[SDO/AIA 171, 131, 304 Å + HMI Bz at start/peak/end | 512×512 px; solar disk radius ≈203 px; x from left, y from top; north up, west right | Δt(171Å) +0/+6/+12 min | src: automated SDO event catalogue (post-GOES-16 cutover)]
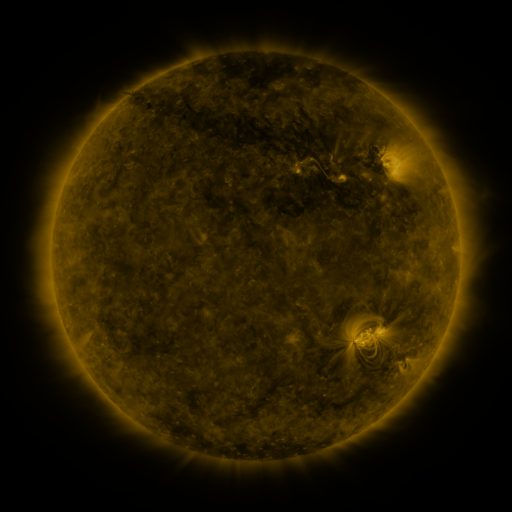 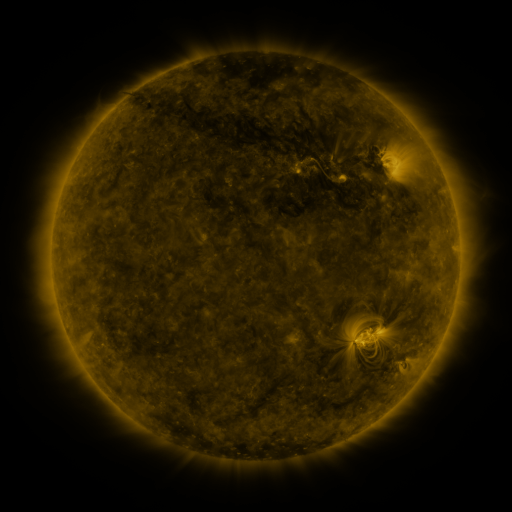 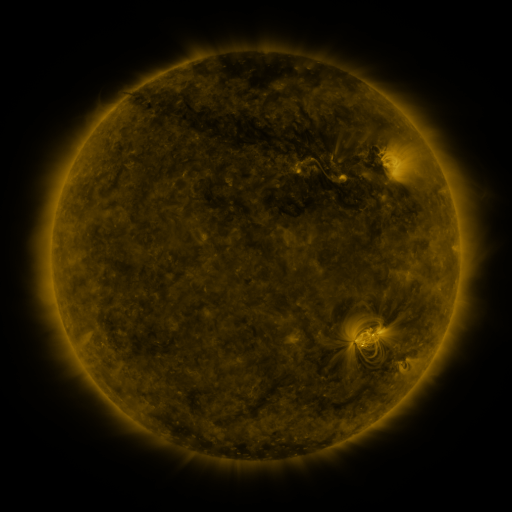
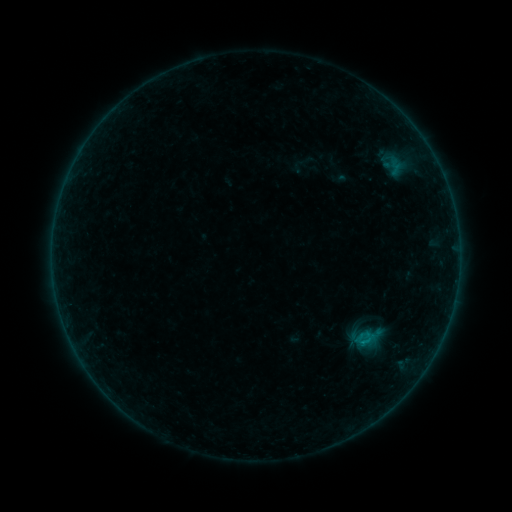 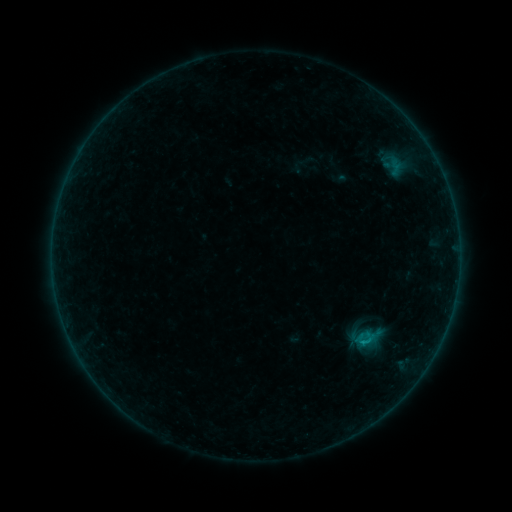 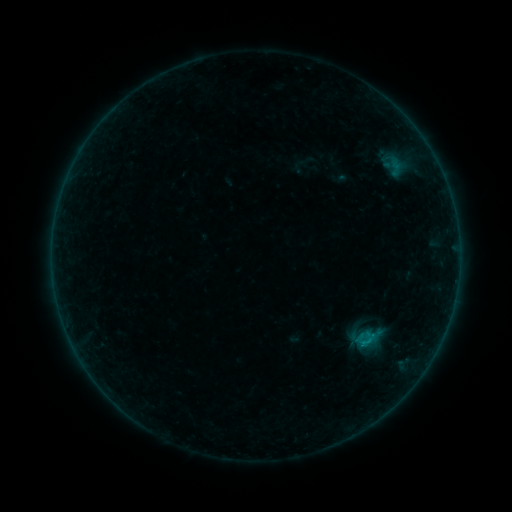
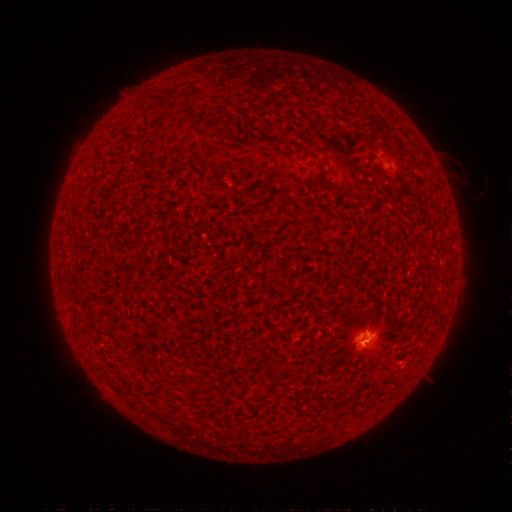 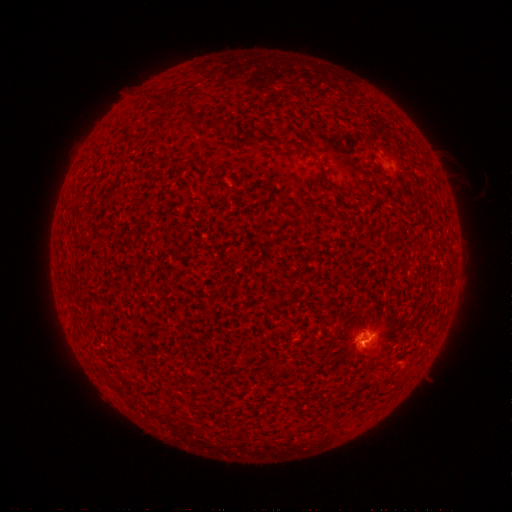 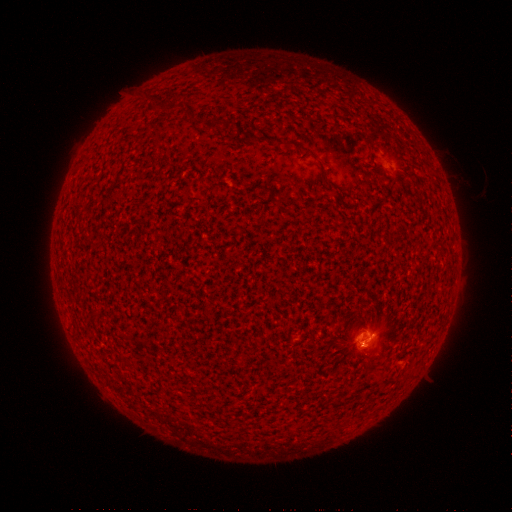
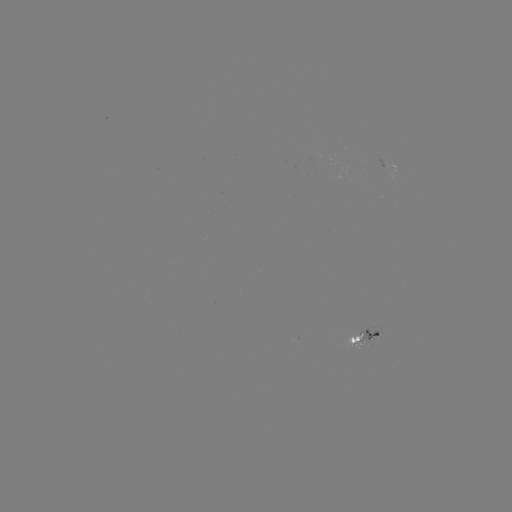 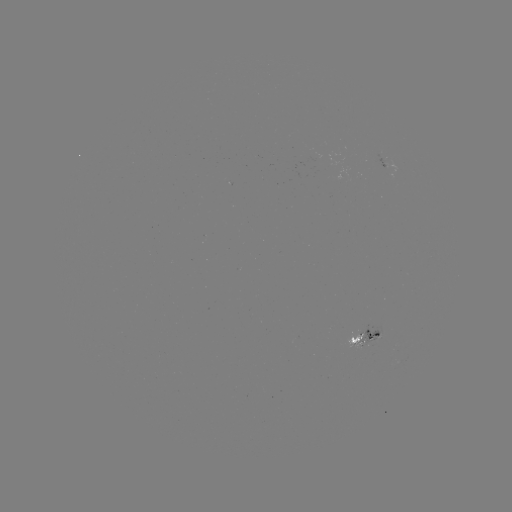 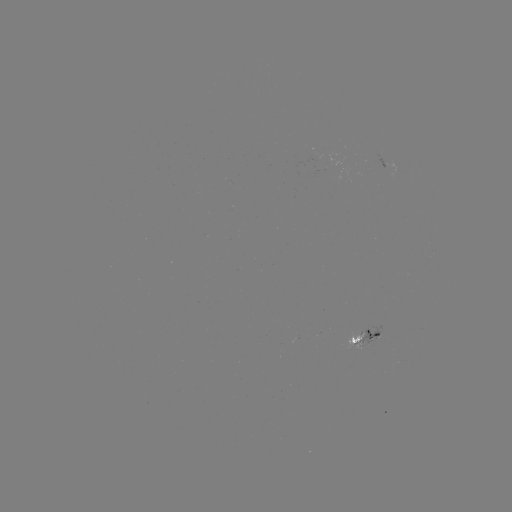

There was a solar flare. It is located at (359, 341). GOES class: B5.1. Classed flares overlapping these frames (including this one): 1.